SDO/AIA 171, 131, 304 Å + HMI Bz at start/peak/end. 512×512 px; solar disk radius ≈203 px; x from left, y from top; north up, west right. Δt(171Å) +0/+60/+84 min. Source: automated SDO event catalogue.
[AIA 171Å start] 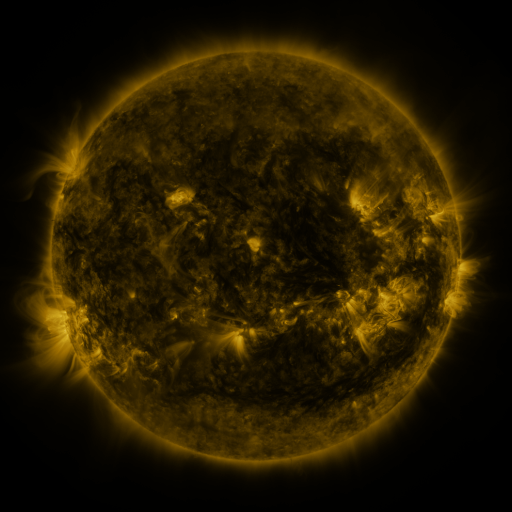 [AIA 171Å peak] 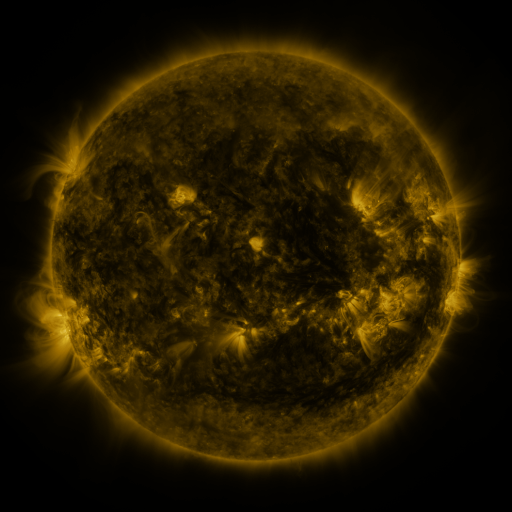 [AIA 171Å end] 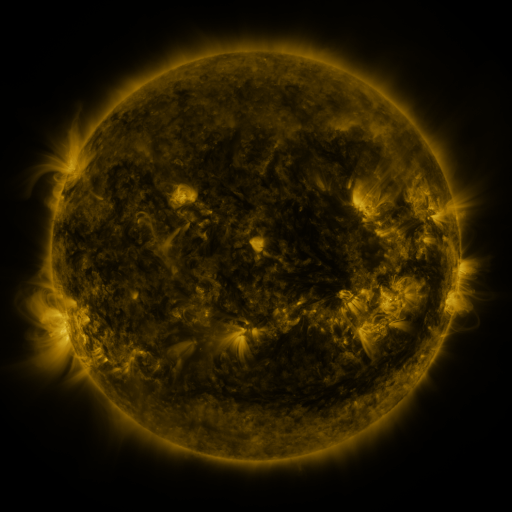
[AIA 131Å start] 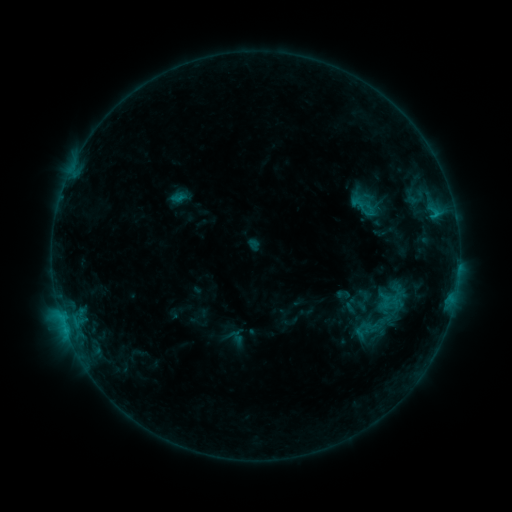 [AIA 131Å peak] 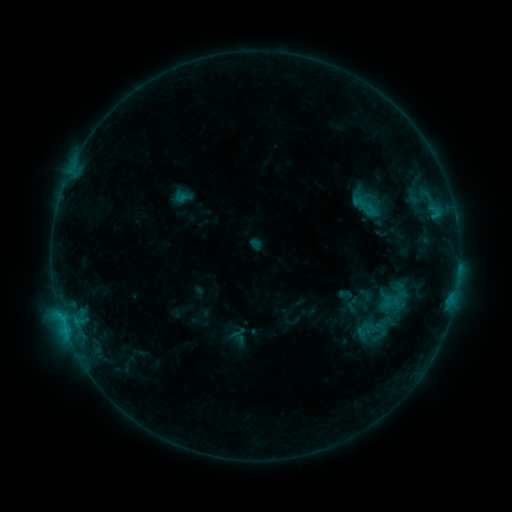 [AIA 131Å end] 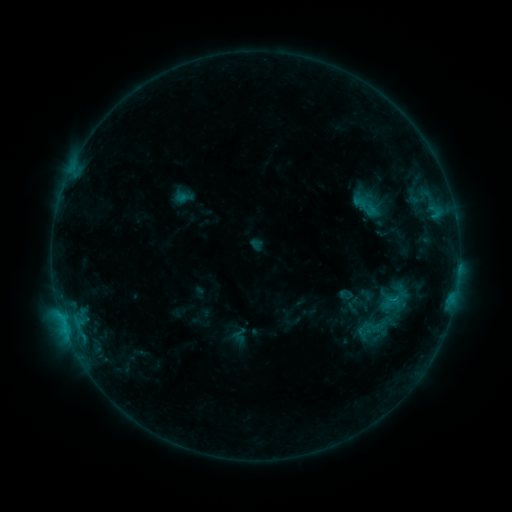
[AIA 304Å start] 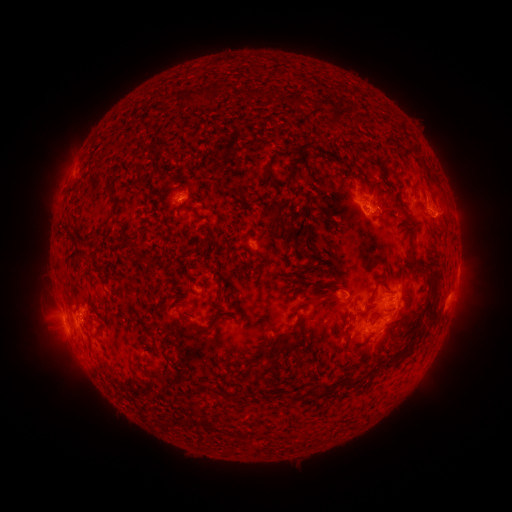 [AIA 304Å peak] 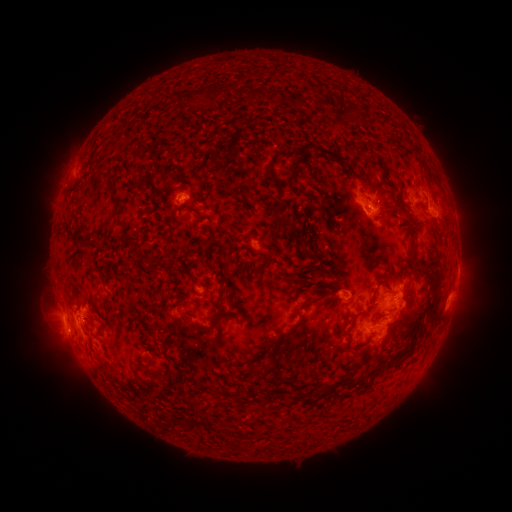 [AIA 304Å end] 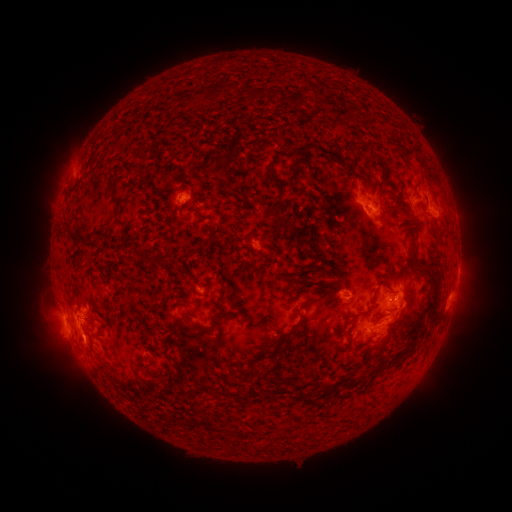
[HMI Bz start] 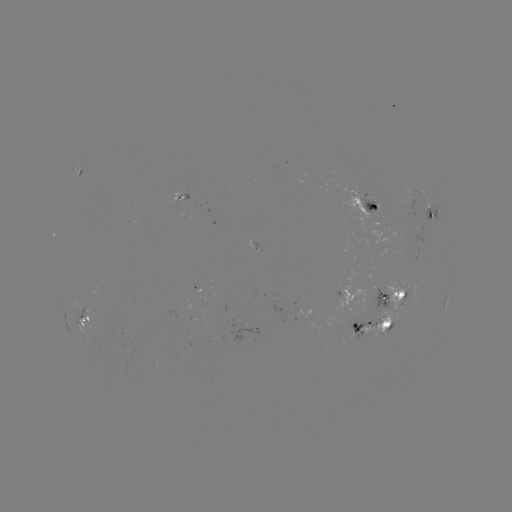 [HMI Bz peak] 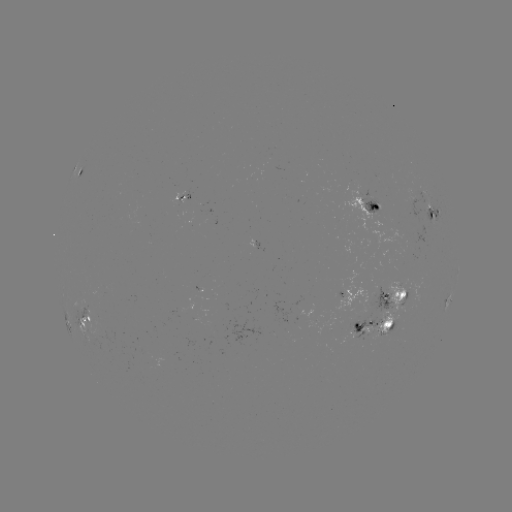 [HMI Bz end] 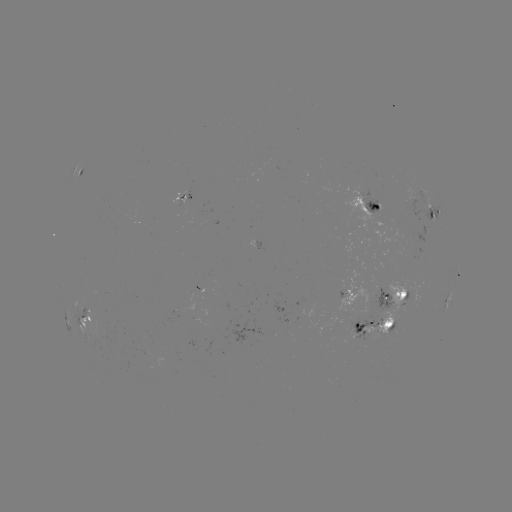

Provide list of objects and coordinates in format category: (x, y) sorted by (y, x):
emerging-flux region: (303, 306)
